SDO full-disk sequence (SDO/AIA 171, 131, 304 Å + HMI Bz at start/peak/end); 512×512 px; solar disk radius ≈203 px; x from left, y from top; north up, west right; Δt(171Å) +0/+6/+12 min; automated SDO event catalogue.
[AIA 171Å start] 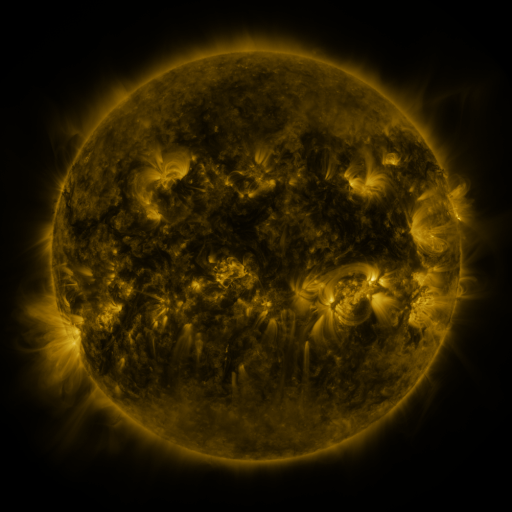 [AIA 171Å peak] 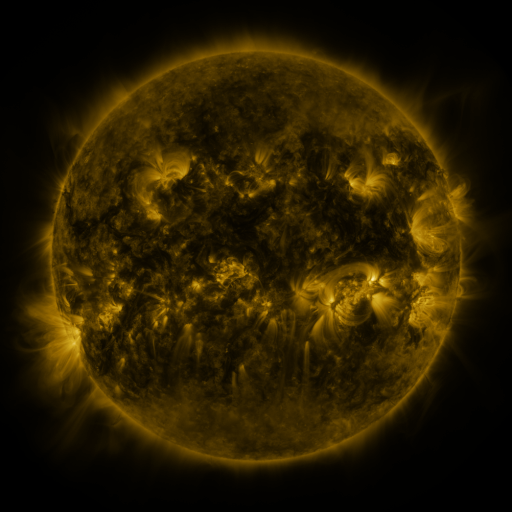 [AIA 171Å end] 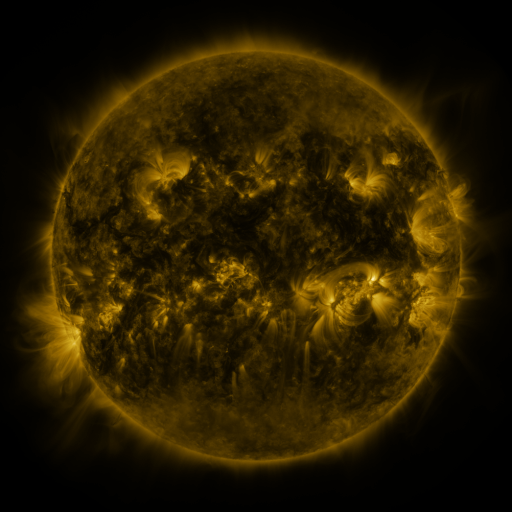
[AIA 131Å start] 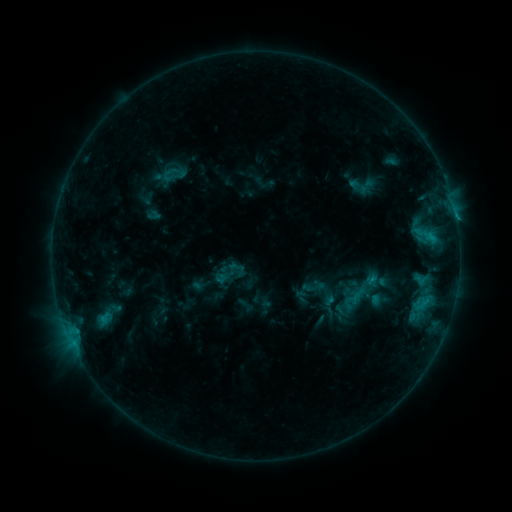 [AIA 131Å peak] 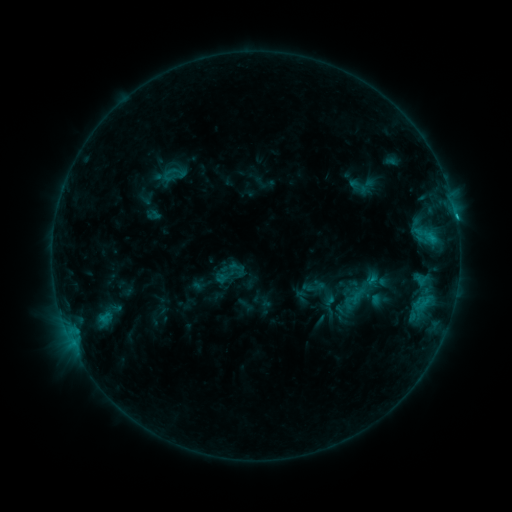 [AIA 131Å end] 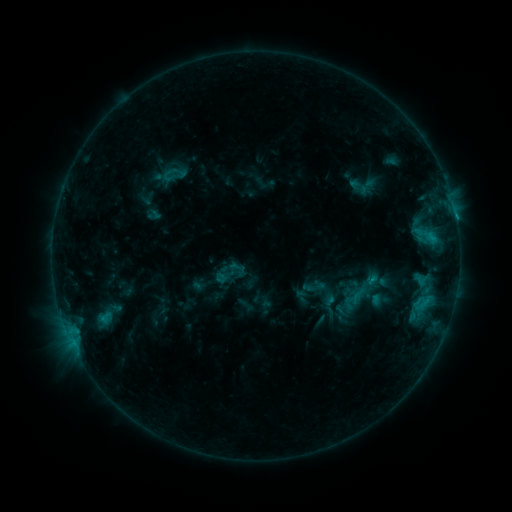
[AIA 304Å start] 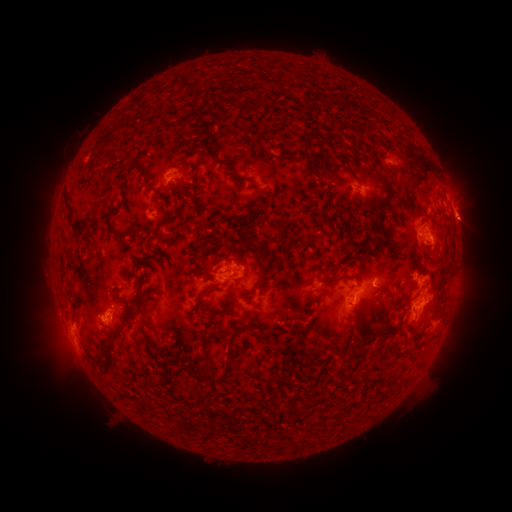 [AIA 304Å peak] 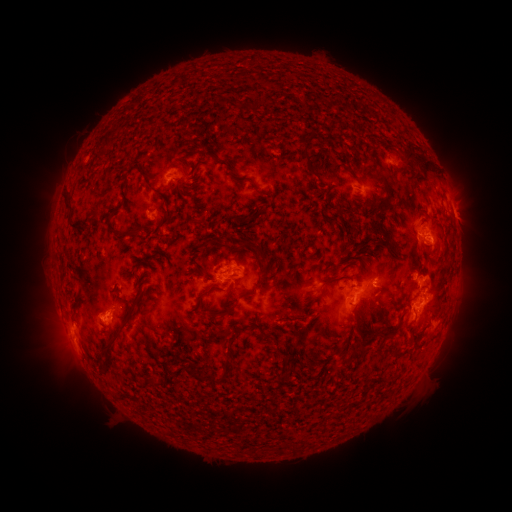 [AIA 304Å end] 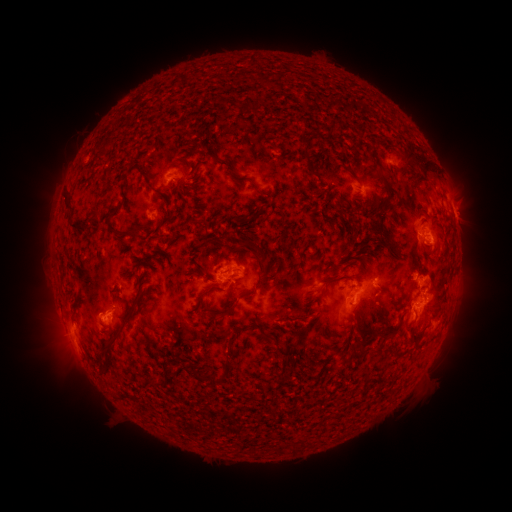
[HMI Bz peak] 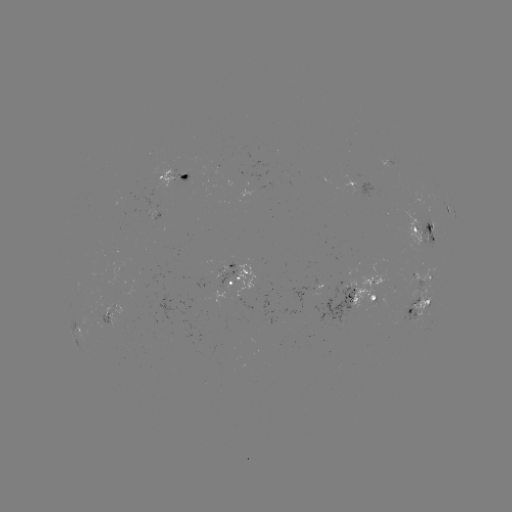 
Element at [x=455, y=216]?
C1.7 flare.